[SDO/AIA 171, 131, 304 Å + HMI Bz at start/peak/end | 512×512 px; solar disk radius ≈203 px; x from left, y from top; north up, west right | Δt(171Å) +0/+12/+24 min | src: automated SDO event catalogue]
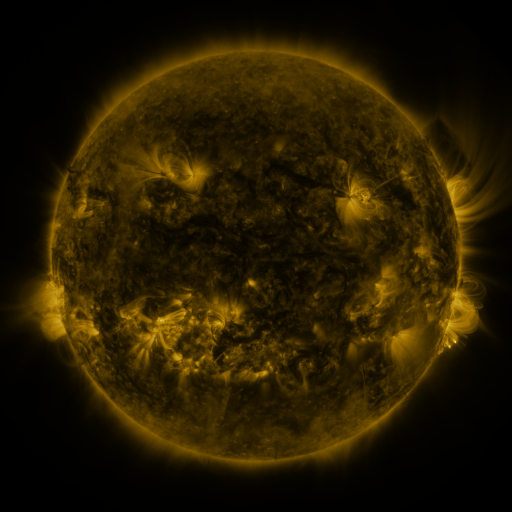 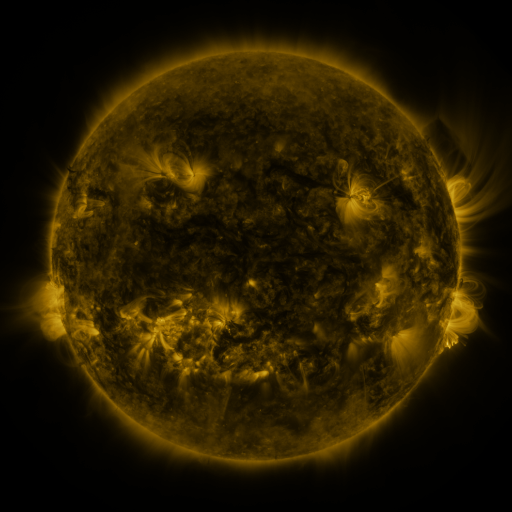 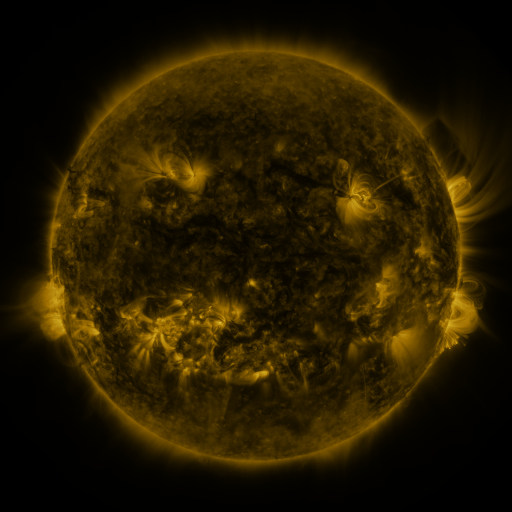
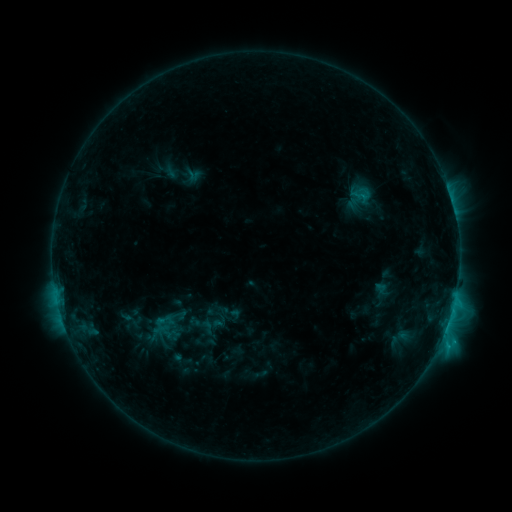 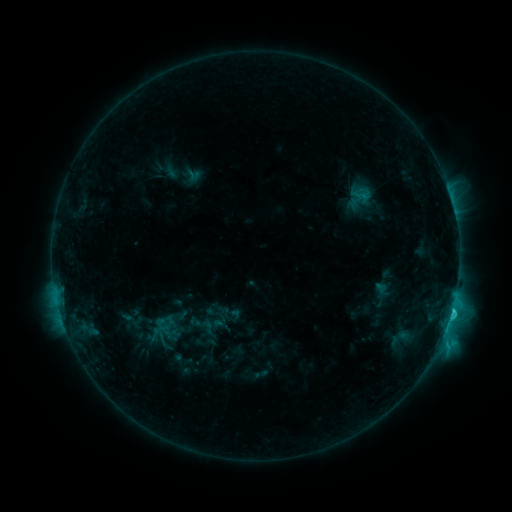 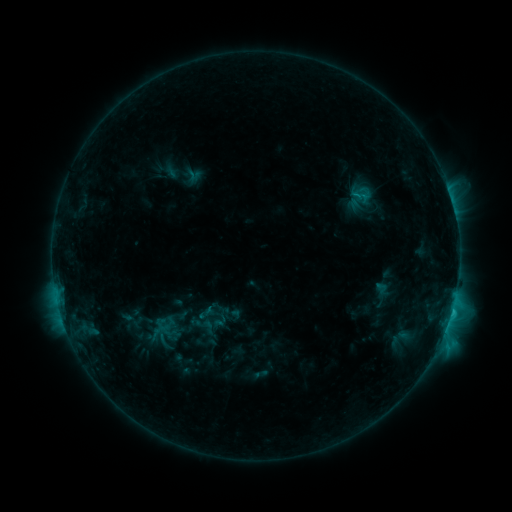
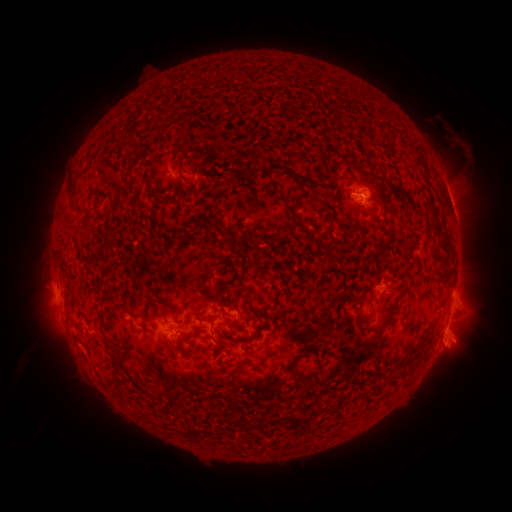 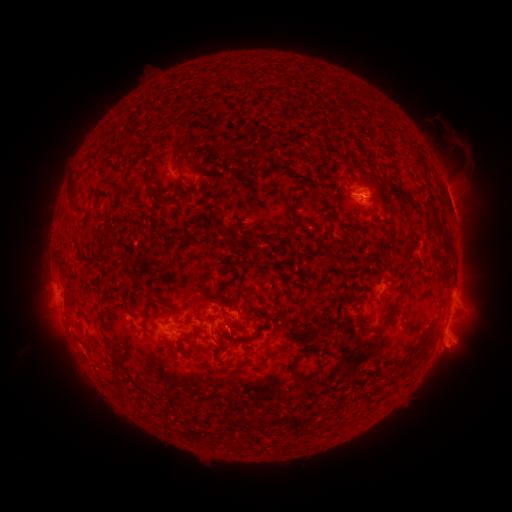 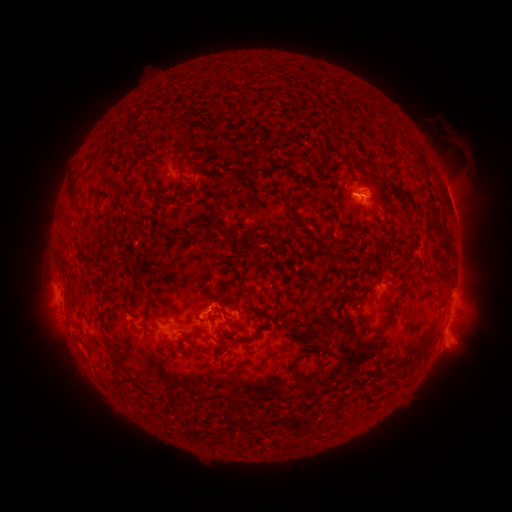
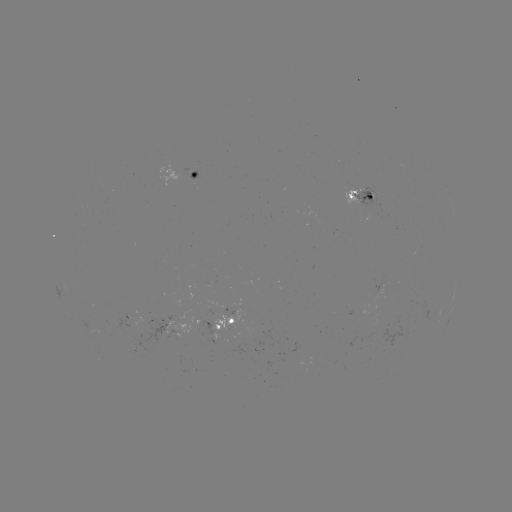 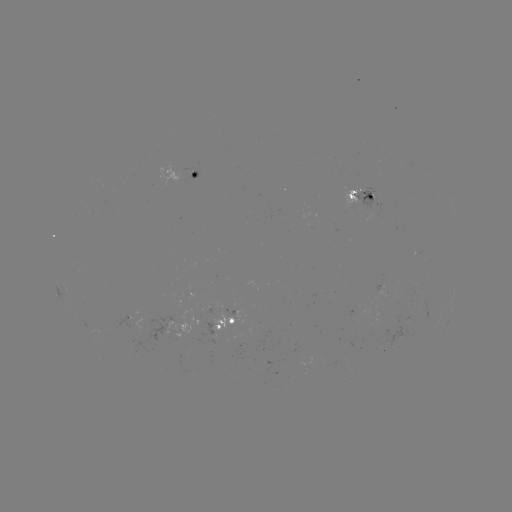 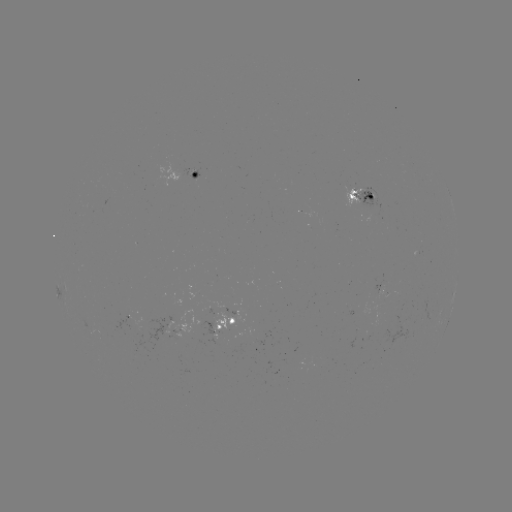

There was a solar flare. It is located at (452, 308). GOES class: C2.6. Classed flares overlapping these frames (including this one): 1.